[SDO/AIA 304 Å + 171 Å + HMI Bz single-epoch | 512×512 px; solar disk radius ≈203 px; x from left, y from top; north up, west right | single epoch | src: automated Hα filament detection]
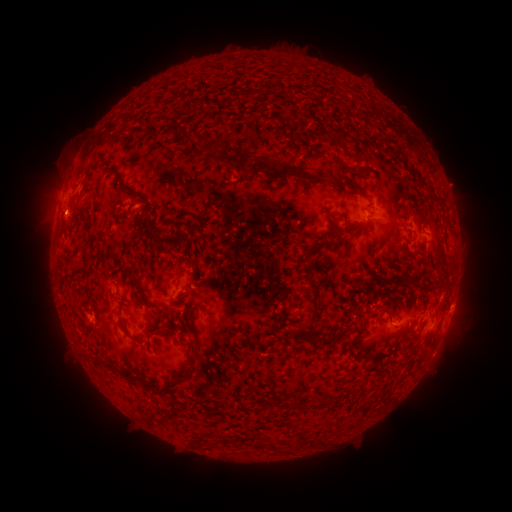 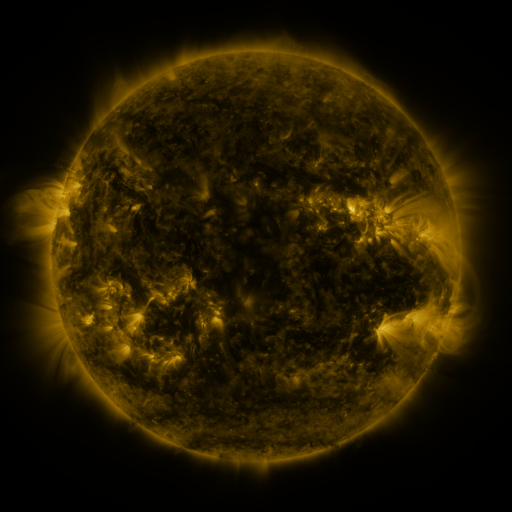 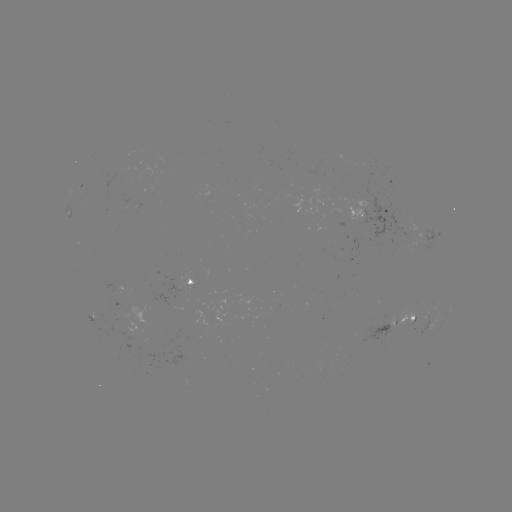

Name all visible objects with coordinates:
filament: <bbox>192, 98, 210, 105</bbox>
filament: <bbox>163, 121, 192, 143</bbox>
filament: <bbox>198, 141, 216, 156</bbox>
filament: <bbox>407, 144, 421, 158</bbox>
filament: <bbox>228, 159, 306, 182</bbox>
filament: <bbox>336, 160, 357, 174</bbox>
filament: <bbox>407, 165, 416, 173</bbox>
filament: <bbox>106, 166, 141, 199</bbox>
filament: <bbox>323, 172, 336, 183</bbox>
filament: <bbox>82, 183, 94, 192</bbox>
filament: <bbox>139, 217, 183, 251</bbox>
filament: <bbox>303, 238, 339, 255</bbox>
filament: <bbox>187, 258, 193, 268</bbox>
filament: <bbox>172, 261, 184, 281</bbox>
filament: <bbox>128, 269, 148, 300</bbox>
filament: <bbox>394, 278, 406, 287</bbox>
filament: <bbox>309, 283, 318, 296</bbox>
filament: <bbox>157, 305, 175, 320</bbox>
filament: <bbox>299, 308, 320, 331</bbox>
filament: <bbox>118, 314, 140, 343</bbox>
filament: <bbox>150, 330, 163, 337</bbox>
filament: <bbox>309, 332, 333, 342</bbox>
filament: <bbox>190, 338, 199, 363</bbox>
filament: <bbox>118, 365, 131, 381</bbox>
filament: <bbox>153, 372, 187, 395</bbox>
filament: <bbox>294, 397, 302, 408</bbox>
filament: <bbox>309, 437, 317, 446</bbox>
filament: <bbox>271, 440, 280, 449</bbox>
